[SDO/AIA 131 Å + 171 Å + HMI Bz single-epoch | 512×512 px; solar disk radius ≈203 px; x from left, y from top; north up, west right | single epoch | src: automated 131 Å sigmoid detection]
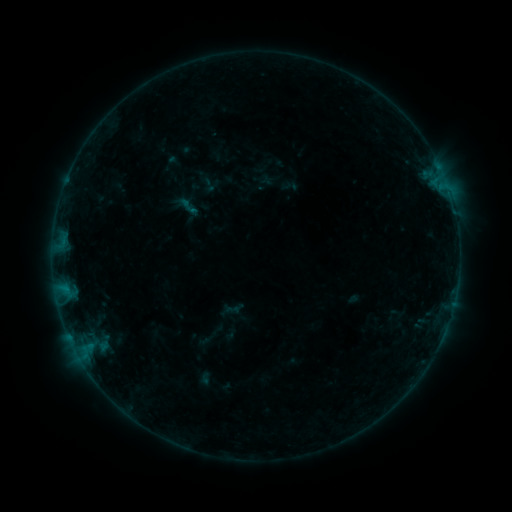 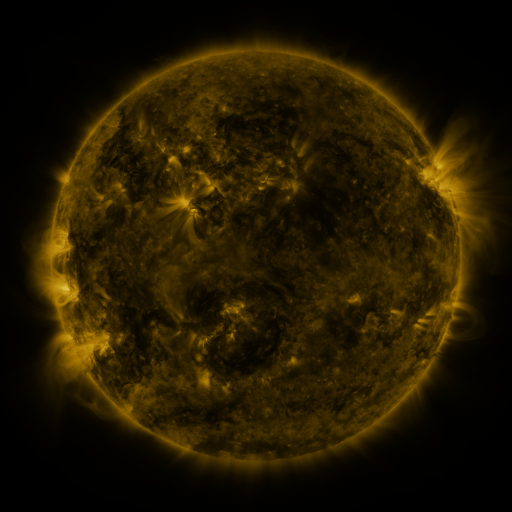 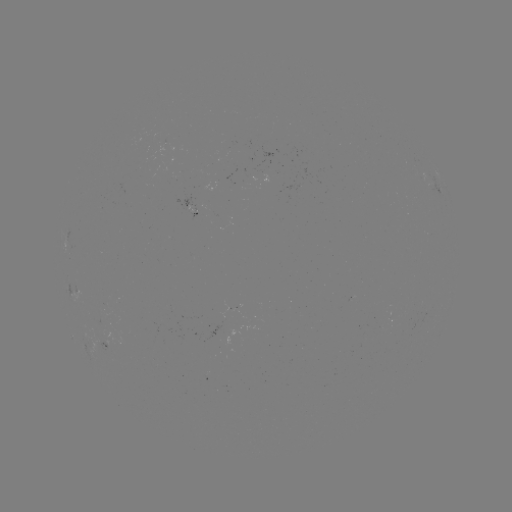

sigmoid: (179, 196, 199, 217)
